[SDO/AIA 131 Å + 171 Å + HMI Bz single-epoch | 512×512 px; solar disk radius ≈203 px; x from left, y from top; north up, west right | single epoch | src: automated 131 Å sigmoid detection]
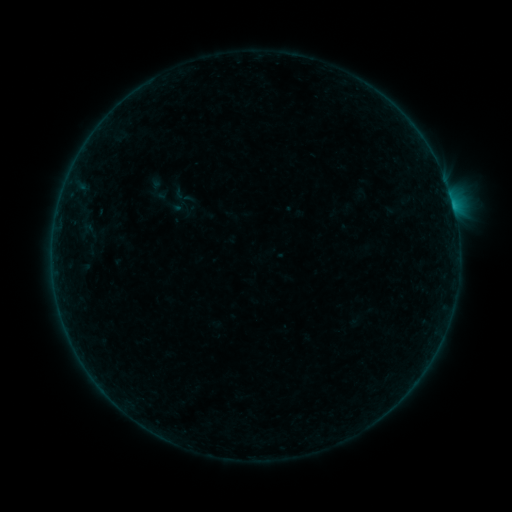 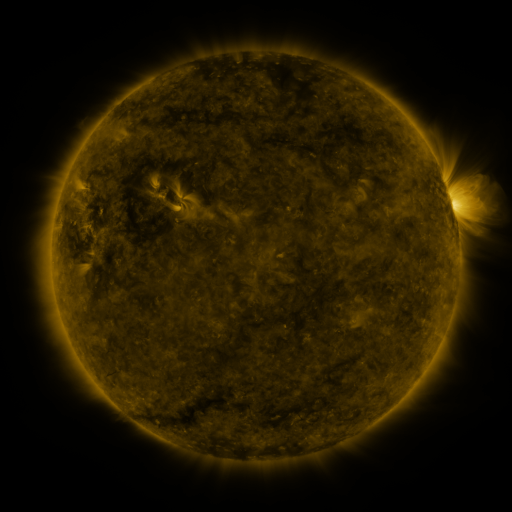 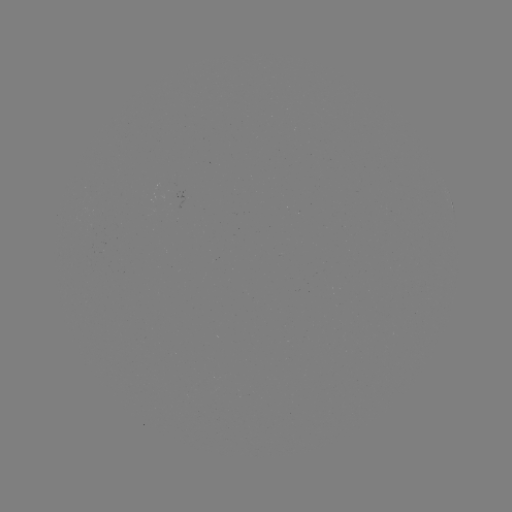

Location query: sigmoid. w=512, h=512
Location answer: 167,201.